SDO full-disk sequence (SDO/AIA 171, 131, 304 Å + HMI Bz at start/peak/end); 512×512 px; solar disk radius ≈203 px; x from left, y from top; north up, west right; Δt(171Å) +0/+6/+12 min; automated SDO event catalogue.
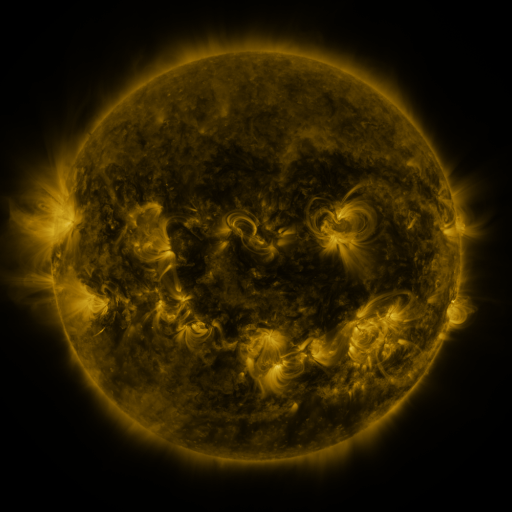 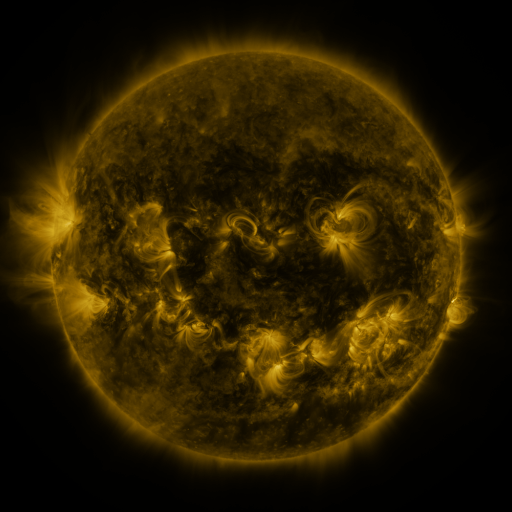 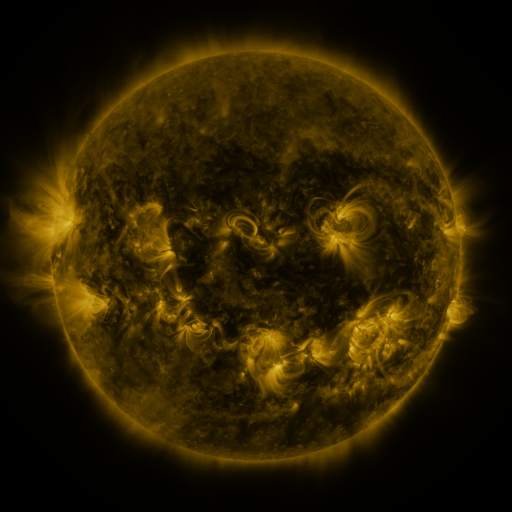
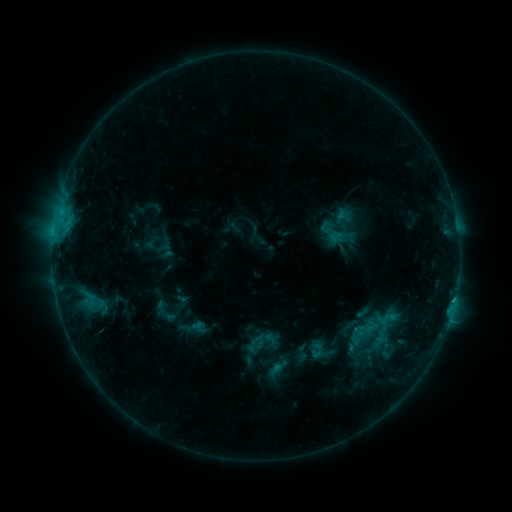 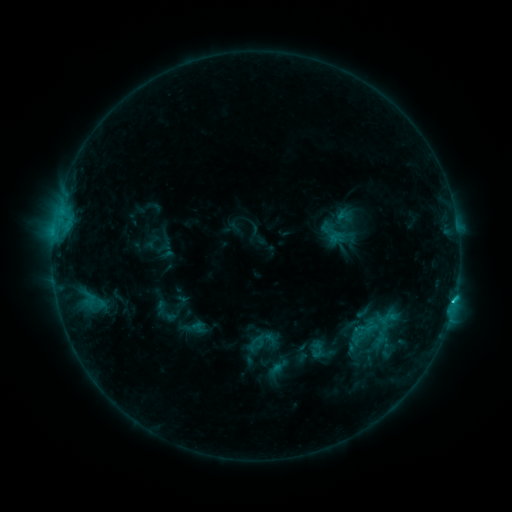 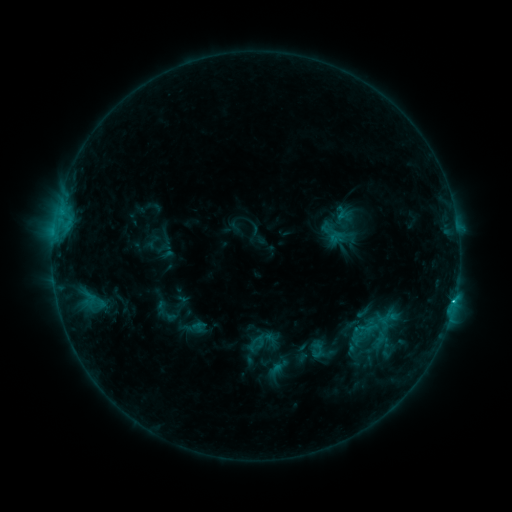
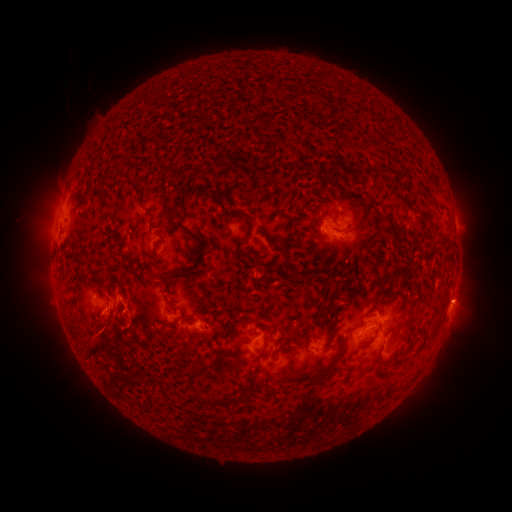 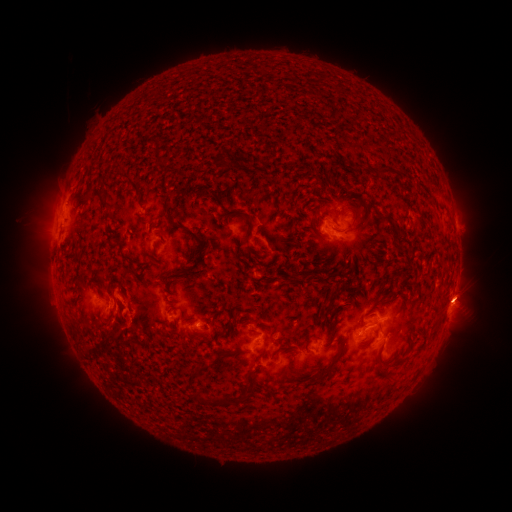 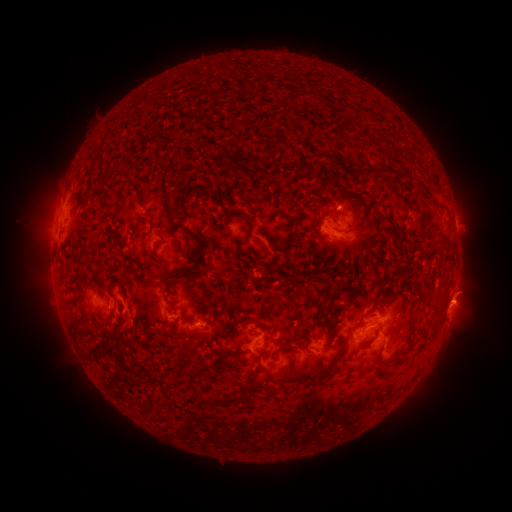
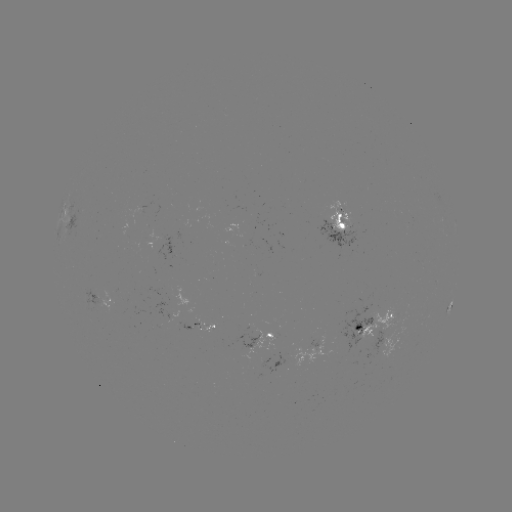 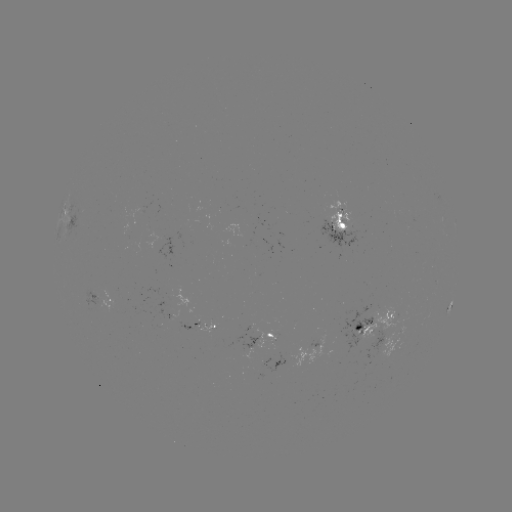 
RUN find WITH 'eruption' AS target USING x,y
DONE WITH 466,294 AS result